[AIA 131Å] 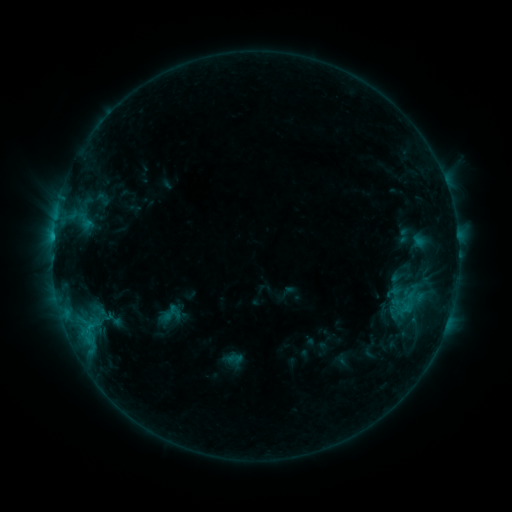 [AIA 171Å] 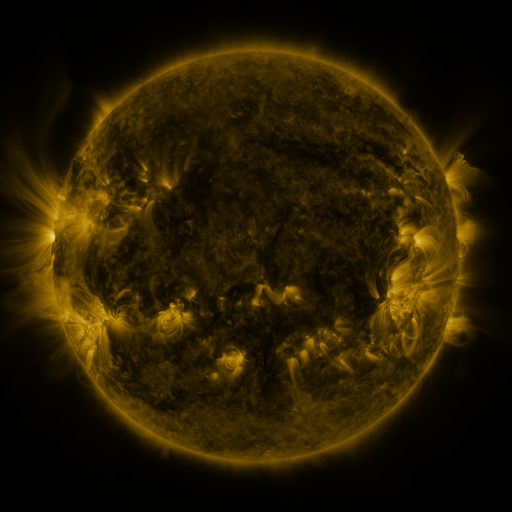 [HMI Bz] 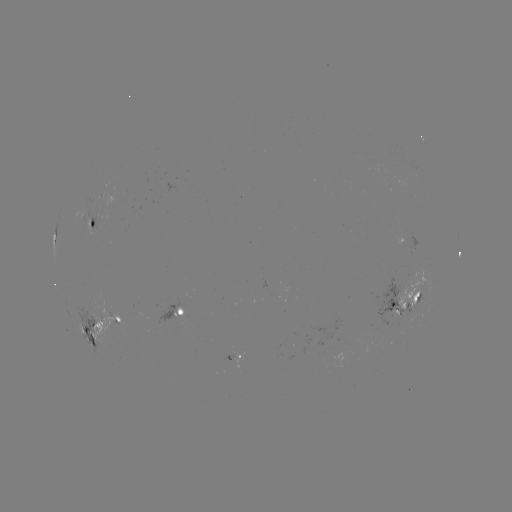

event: sigmoid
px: (170, 315)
